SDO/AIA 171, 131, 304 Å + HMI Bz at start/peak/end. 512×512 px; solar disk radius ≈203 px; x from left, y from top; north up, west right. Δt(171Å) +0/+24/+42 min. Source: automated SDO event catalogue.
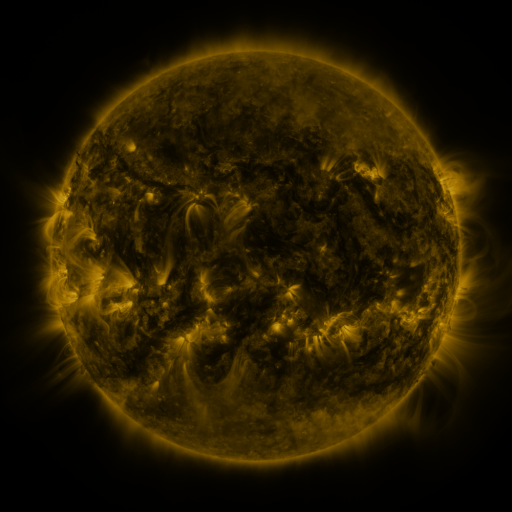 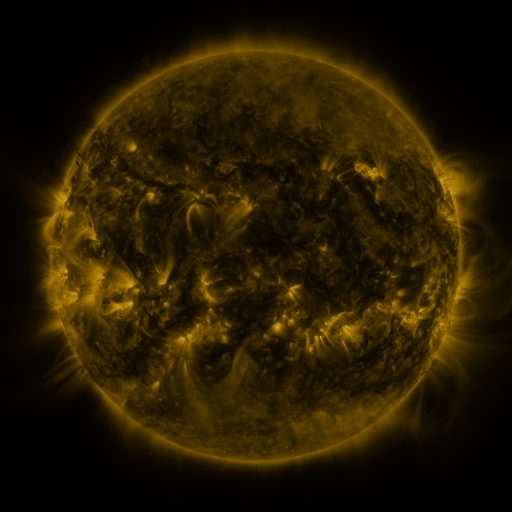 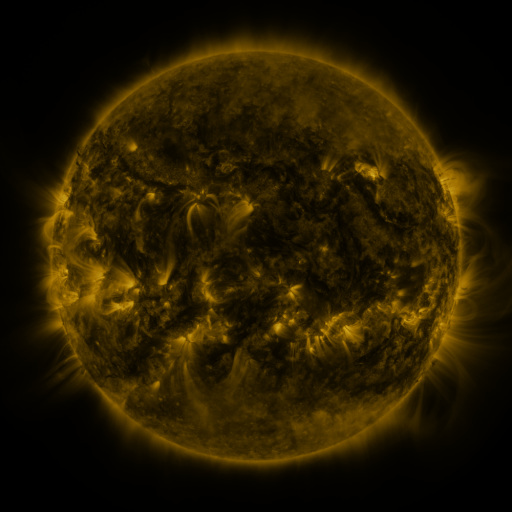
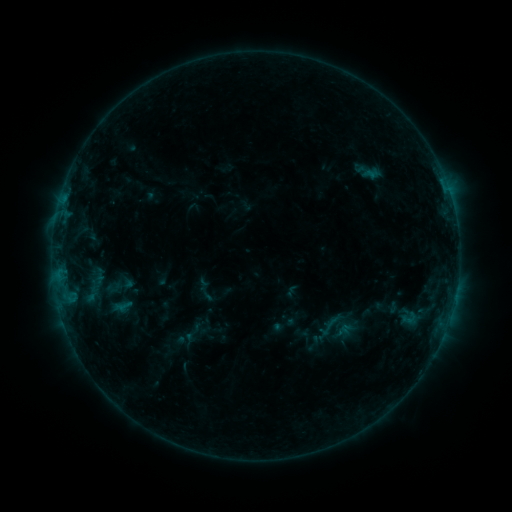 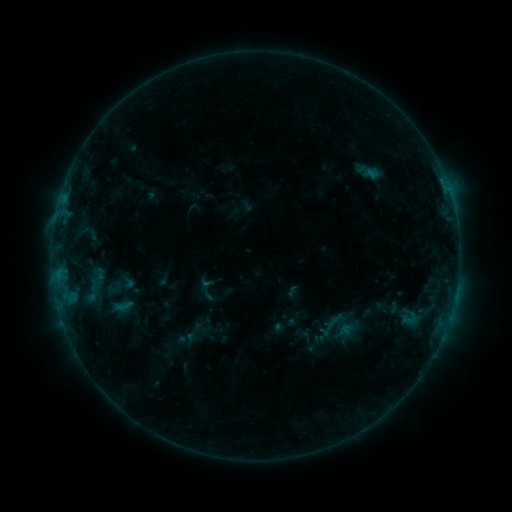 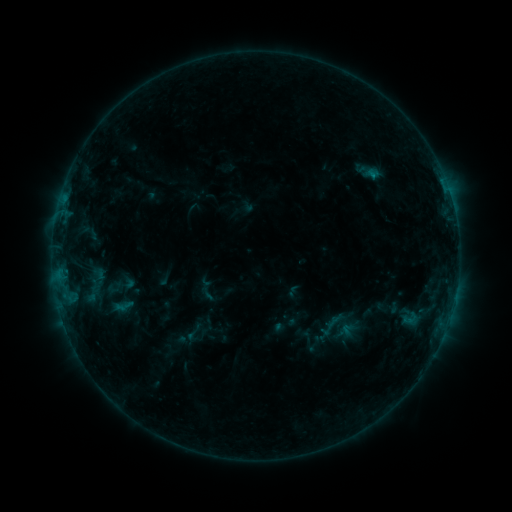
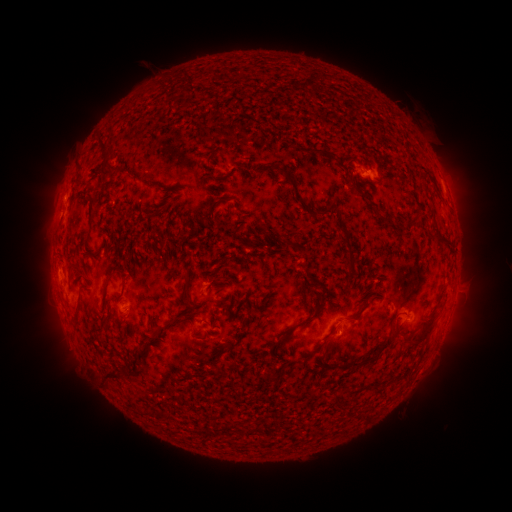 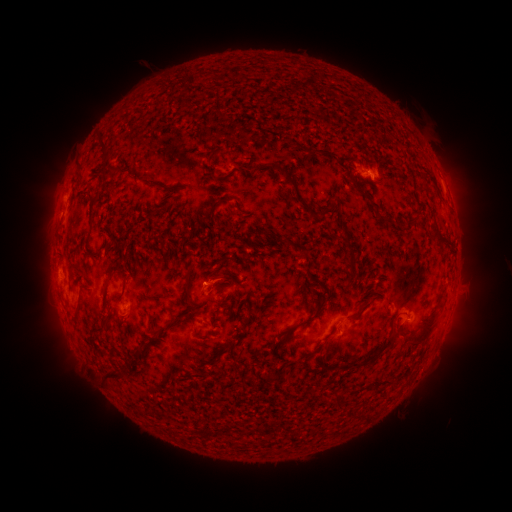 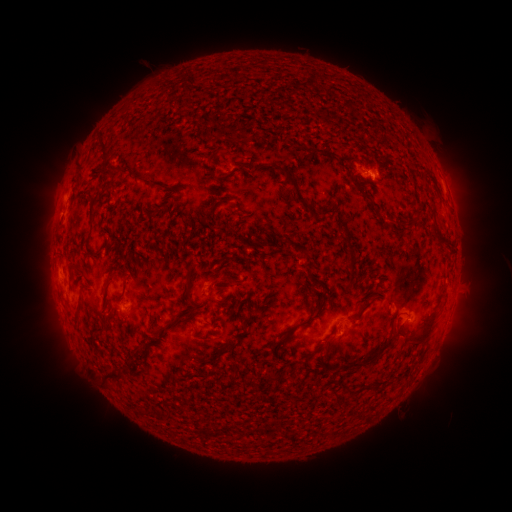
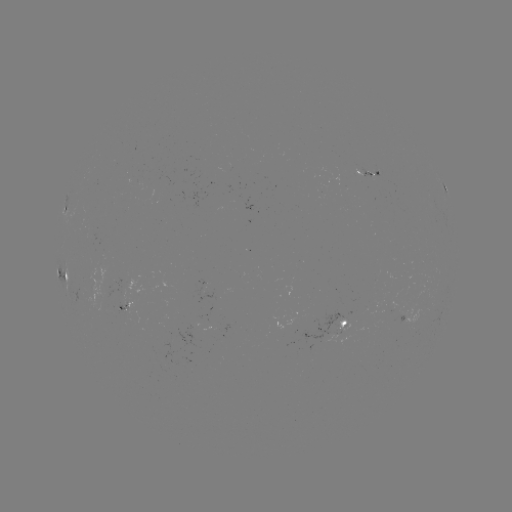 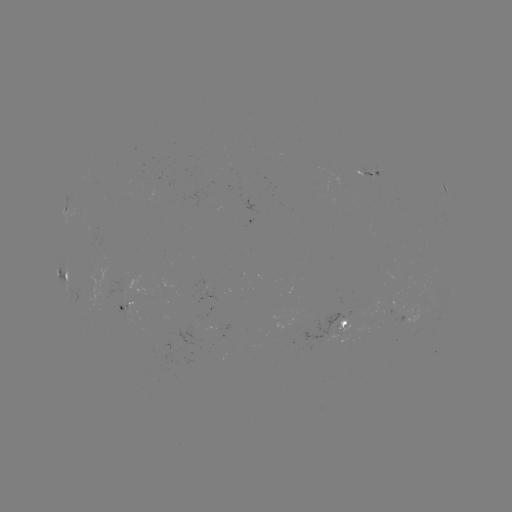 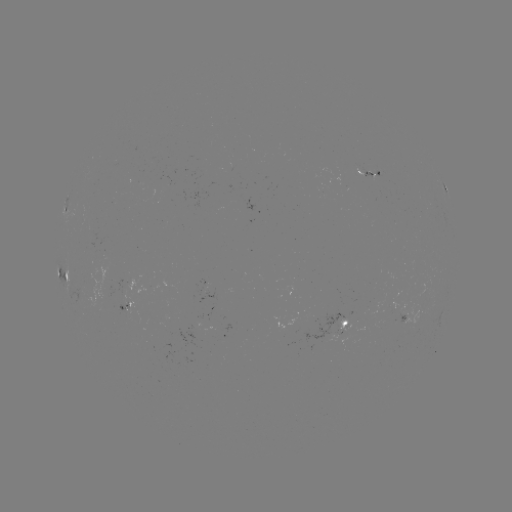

no flare in any classed list; no EUV-trigger detection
